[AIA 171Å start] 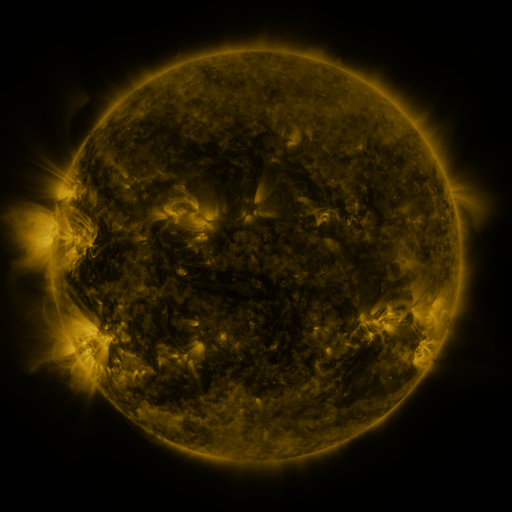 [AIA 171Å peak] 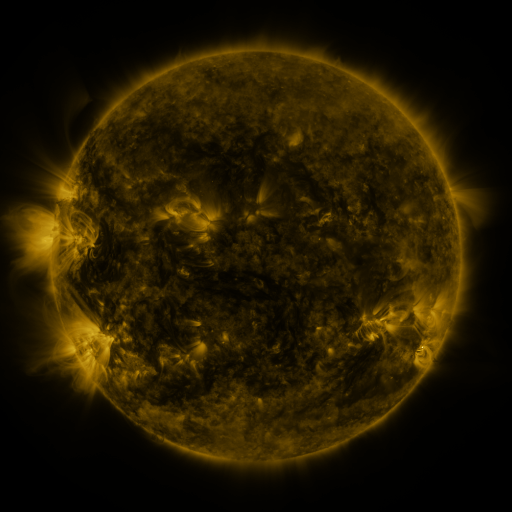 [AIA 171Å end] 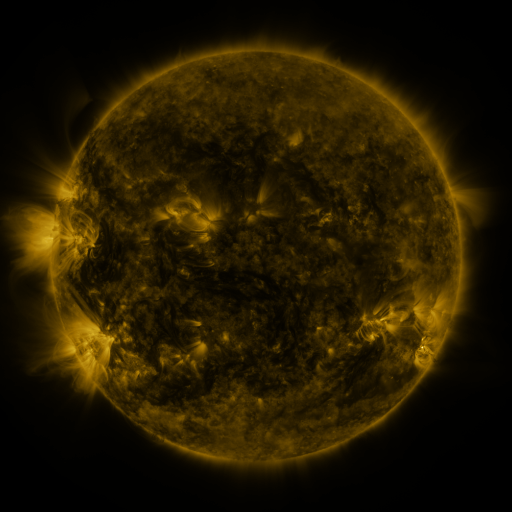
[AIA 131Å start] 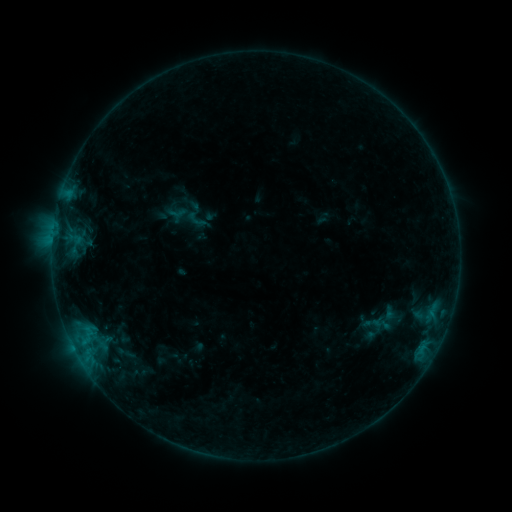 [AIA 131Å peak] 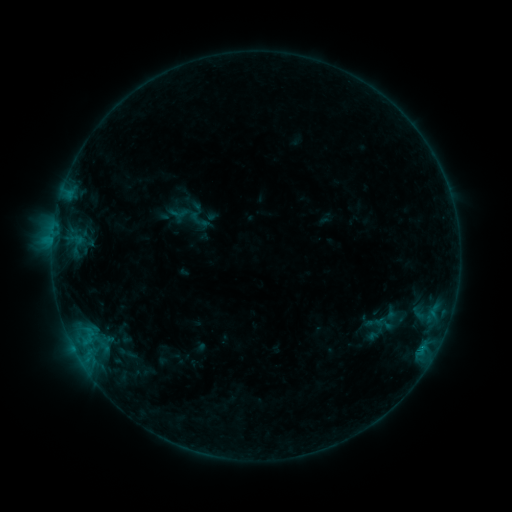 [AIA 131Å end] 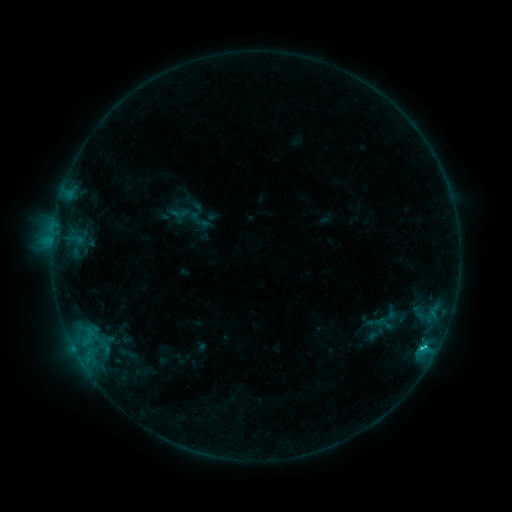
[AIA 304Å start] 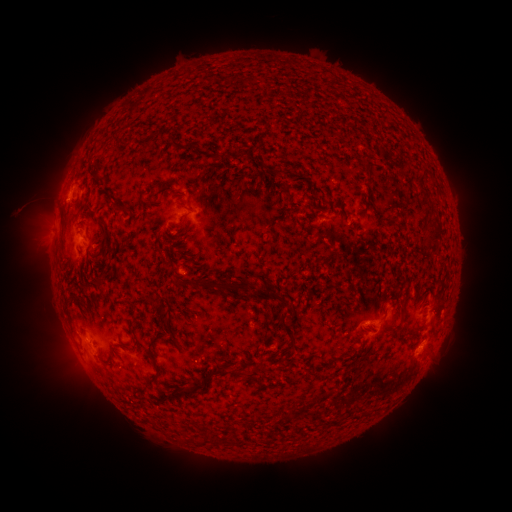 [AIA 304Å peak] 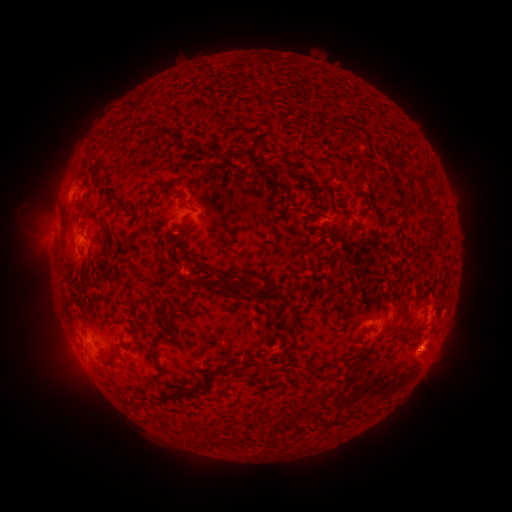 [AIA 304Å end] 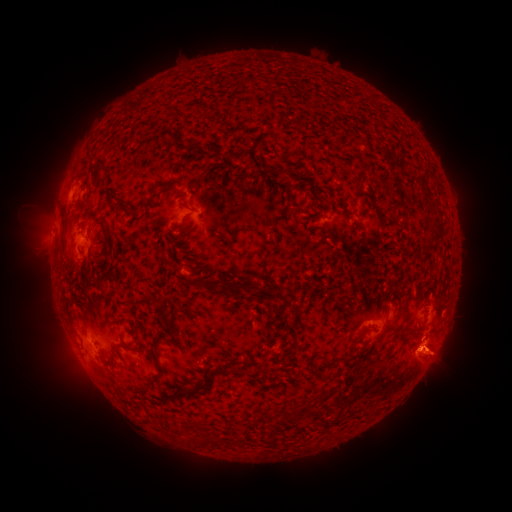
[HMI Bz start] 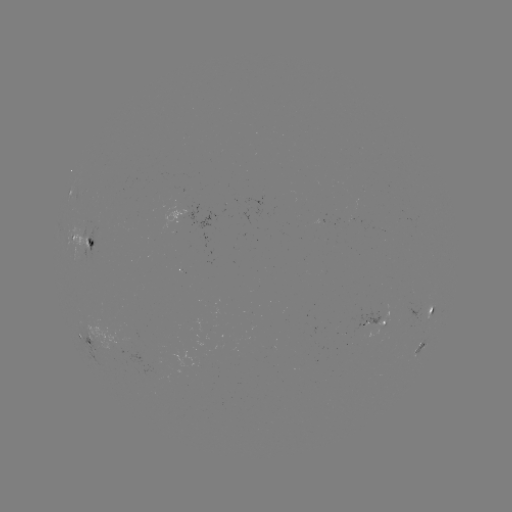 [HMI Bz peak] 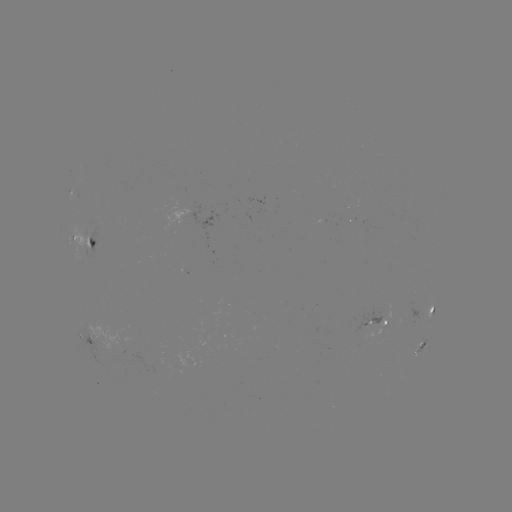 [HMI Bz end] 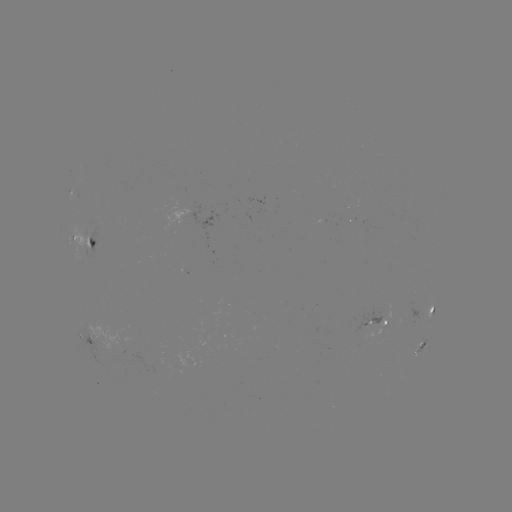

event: emerging-flux region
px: (85, 237)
